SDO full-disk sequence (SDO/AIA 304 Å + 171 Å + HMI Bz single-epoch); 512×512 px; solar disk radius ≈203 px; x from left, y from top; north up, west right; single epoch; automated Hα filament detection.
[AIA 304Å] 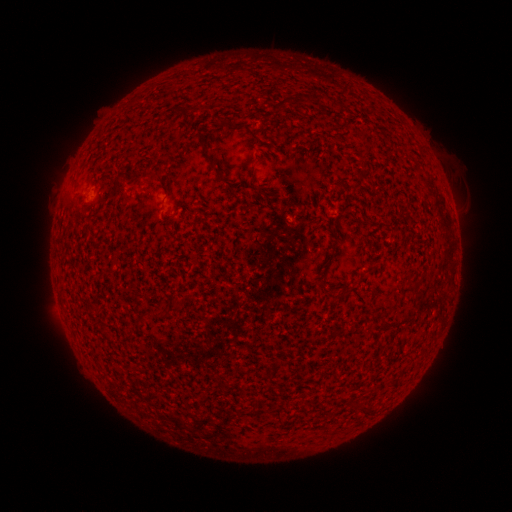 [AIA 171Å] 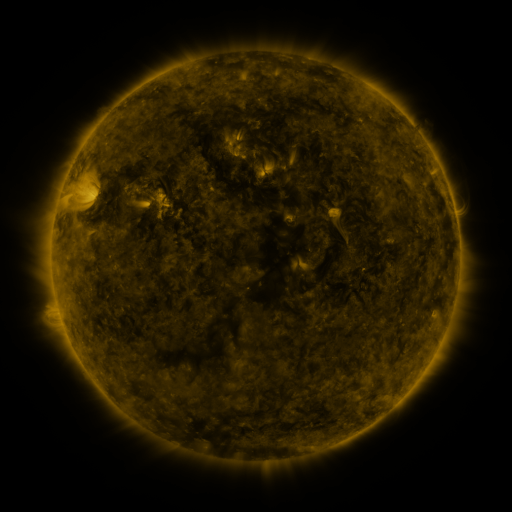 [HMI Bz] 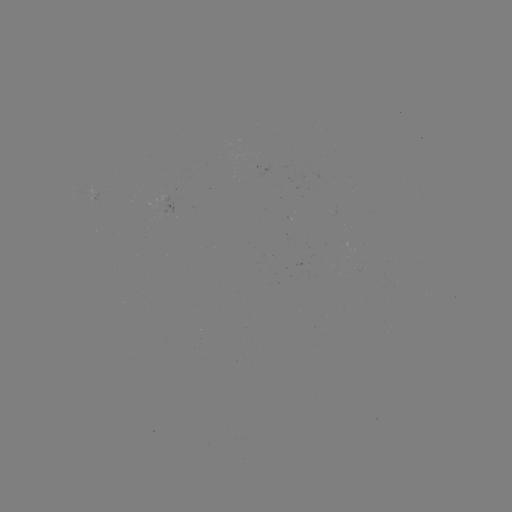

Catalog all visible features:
filament: [275, 101, 287, 116]
filament: [331, 101, 341, 110]
filament: [147, 171, 162, 180]
filament: [315, 282, 328, 289]
filament: [410, 284, 420, 293]
filament: [341, 285, 352, 298]
filament: [171, 299, 180, 311]
filament: [147, 309, 156, 318]
